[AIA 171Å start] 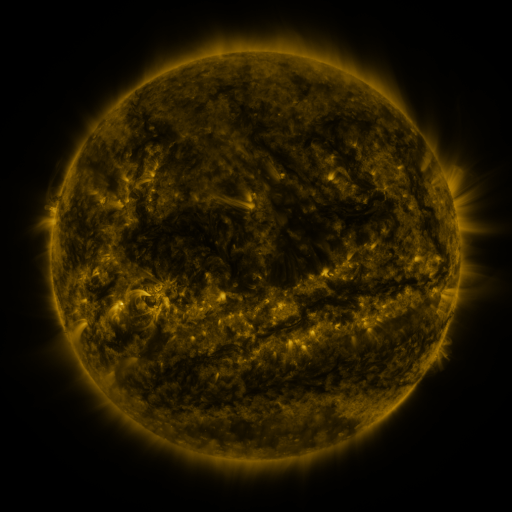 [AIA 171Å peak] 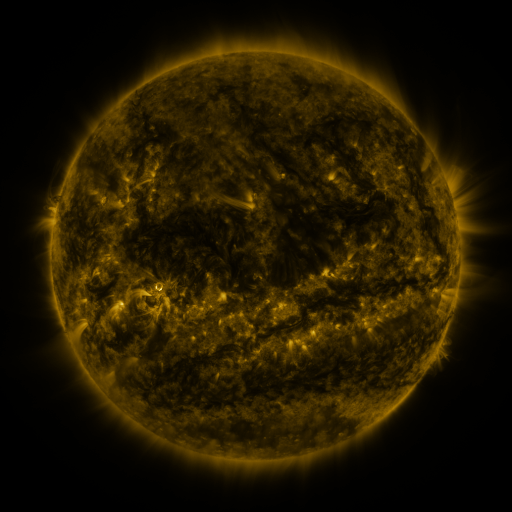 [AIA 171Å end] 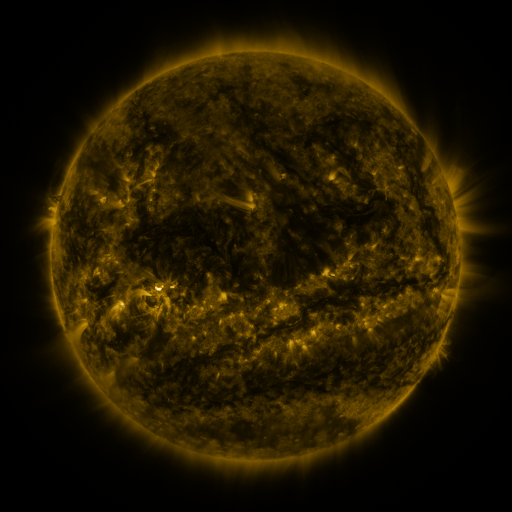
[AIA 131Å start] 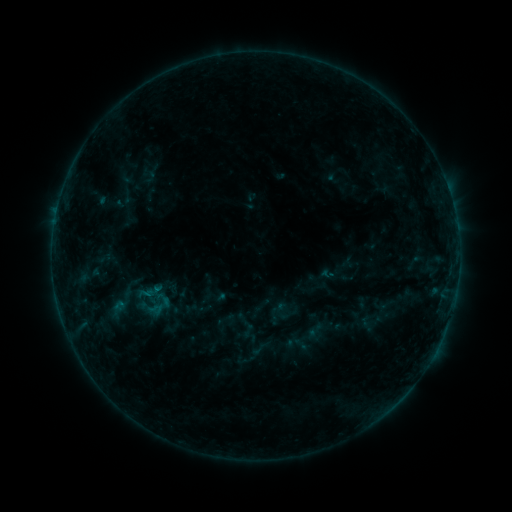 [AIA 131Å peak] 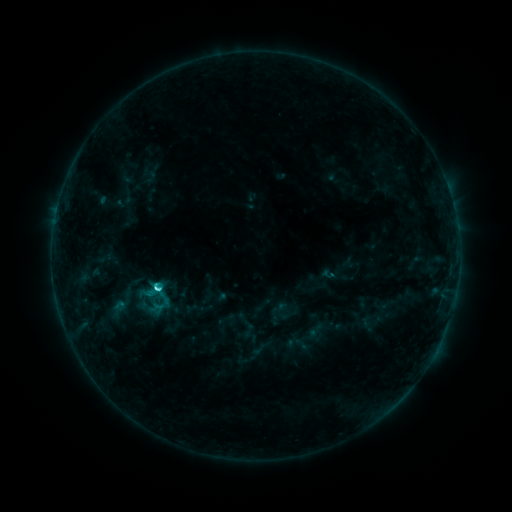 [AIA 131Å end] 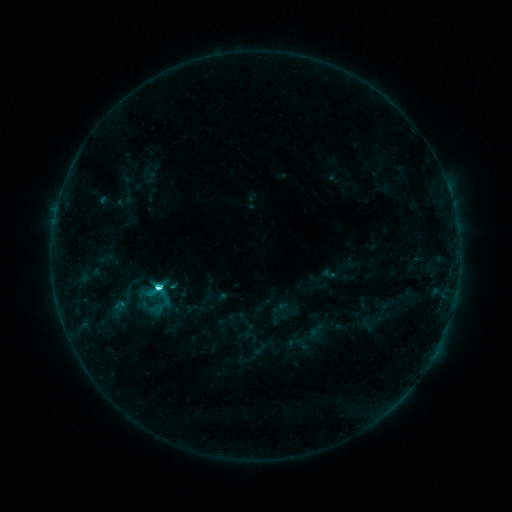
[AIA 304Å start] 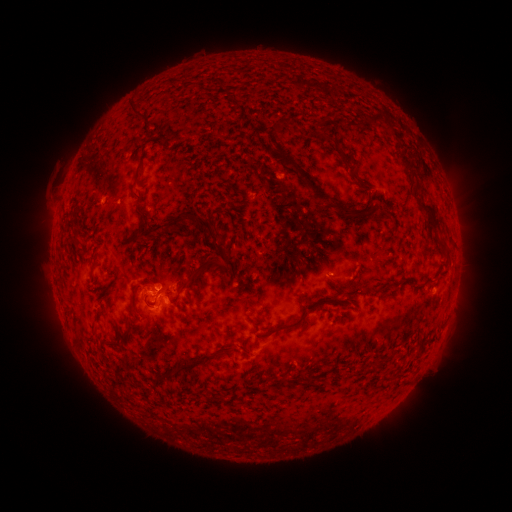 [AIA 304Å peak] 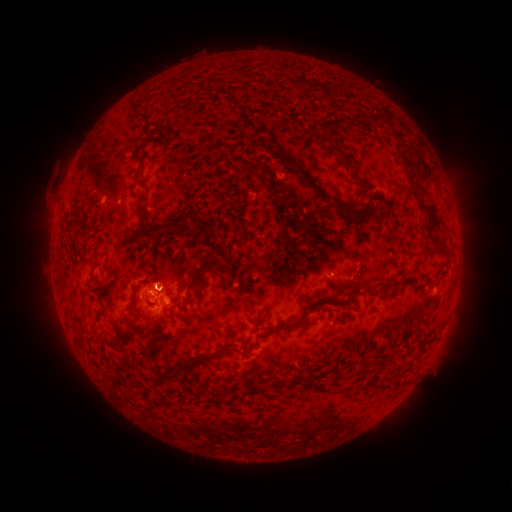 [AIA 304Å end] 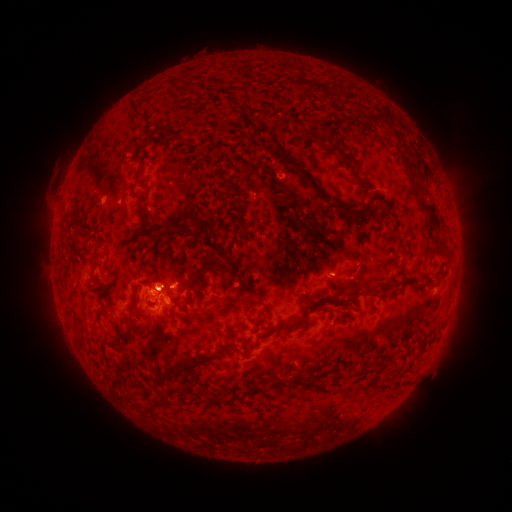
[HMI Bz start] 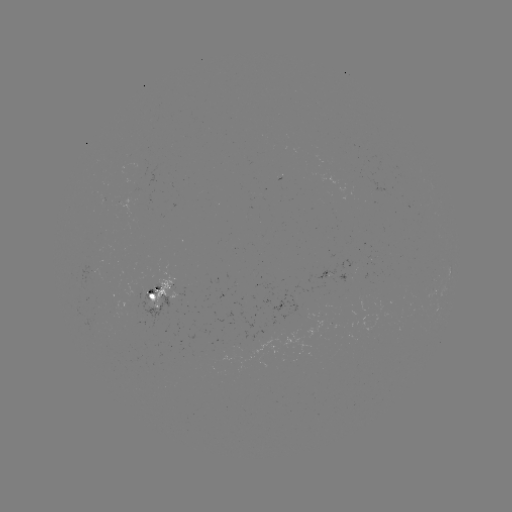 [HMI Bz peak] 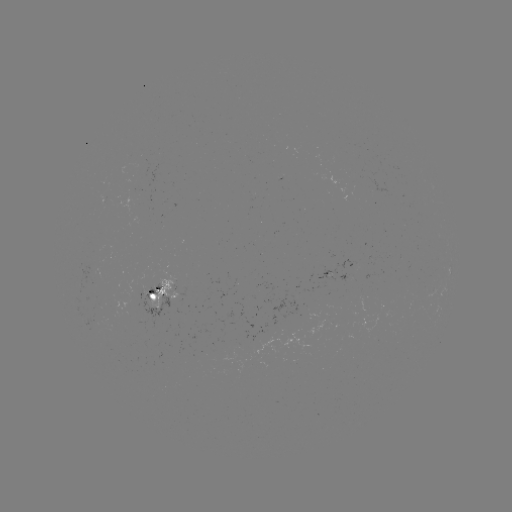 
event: flare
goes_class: C4.7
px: (157, 286)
